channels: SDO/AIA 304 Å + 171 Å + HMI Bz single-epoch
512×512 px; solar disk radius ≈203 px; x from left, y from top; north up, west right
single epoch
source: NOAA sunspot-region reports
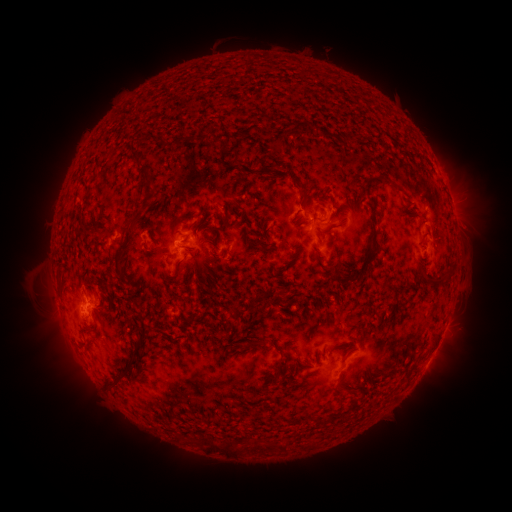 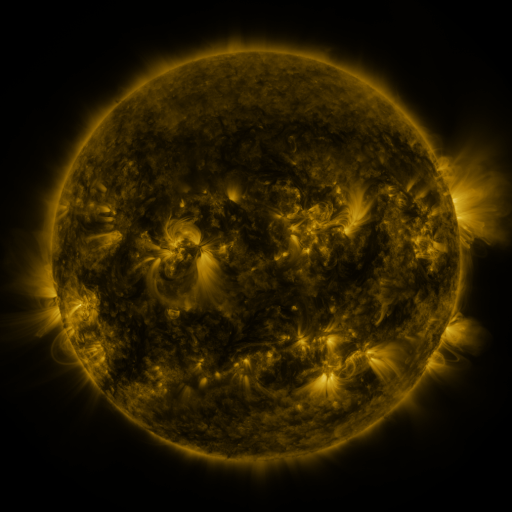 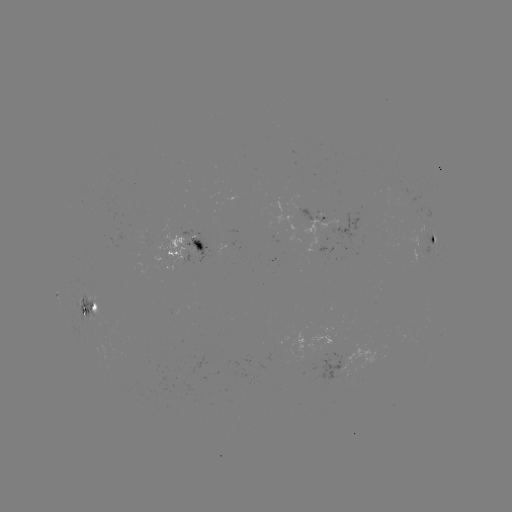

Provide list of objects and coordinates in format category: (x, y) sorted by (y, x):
spotted active region: (317, 223)
spotted active region: (433, 243)
spotted active region: (186, 248)
spotted active region: (89, 301)
